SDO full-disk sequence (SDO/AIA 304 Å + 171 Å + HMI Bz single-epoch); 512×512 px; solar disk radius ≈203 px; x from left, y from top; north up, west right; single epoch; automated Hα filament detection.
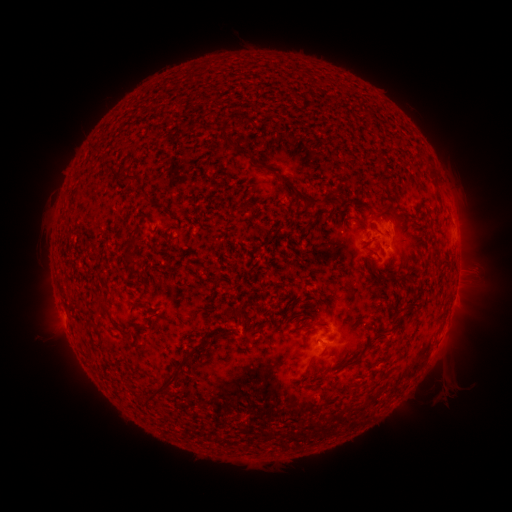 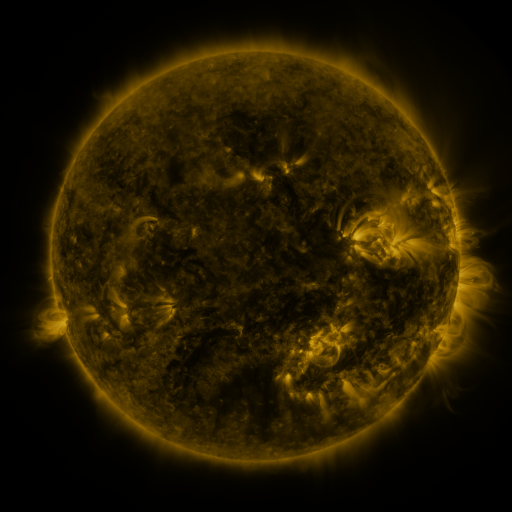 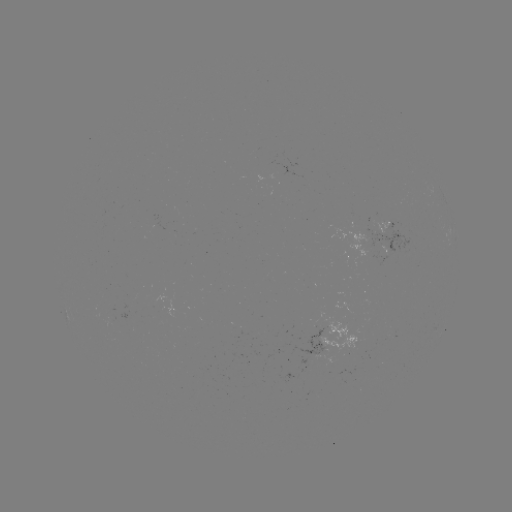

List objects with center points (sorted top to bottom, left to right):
filament: (226, 143)
filament: (380, 159)
filament: (261, 167)
filament: (431, 171)
filament: (109, 173)
filament: (127, 181)
filament: (296, 192)
filament: (146, 198)
filament: (245, 206)
filament: (384, 211)
filament: (350, 215)
filament: (131, 261)
filament: (393, 272)
filament: (101, 306)
filament: (241, 316)
filament: (299, 316)
filament: (400, 318)
filament: (309, 377)
filament: (175, 380)
